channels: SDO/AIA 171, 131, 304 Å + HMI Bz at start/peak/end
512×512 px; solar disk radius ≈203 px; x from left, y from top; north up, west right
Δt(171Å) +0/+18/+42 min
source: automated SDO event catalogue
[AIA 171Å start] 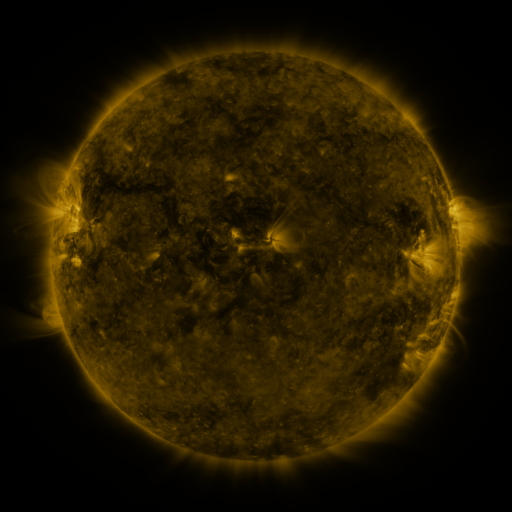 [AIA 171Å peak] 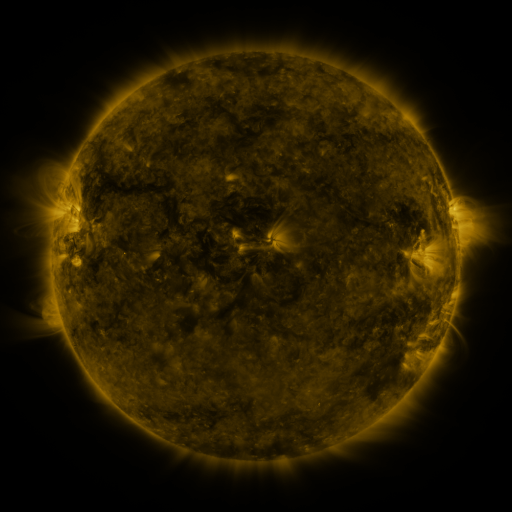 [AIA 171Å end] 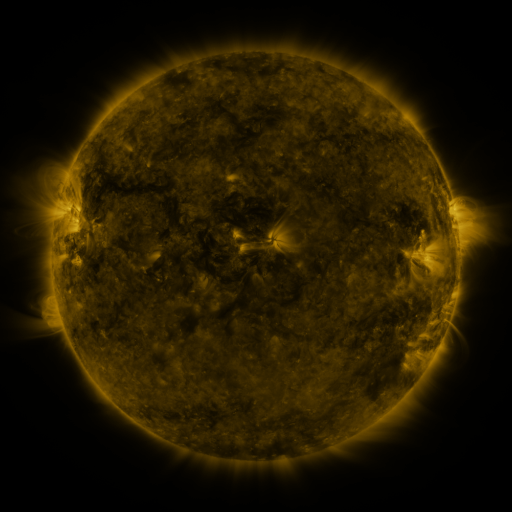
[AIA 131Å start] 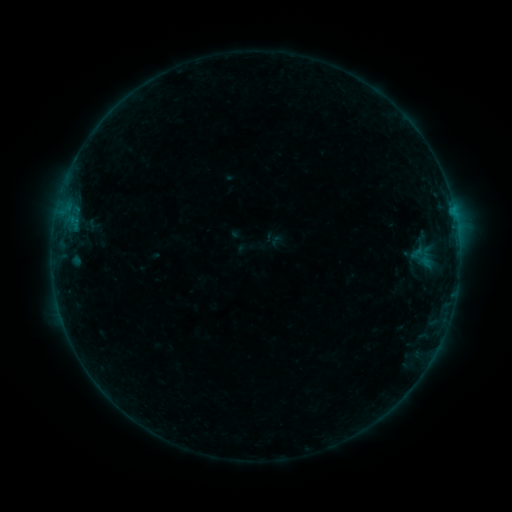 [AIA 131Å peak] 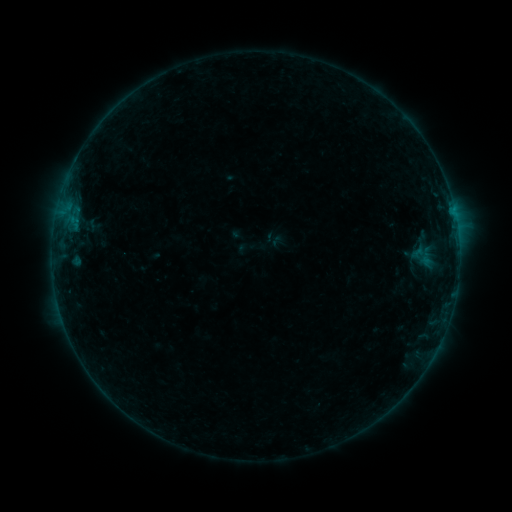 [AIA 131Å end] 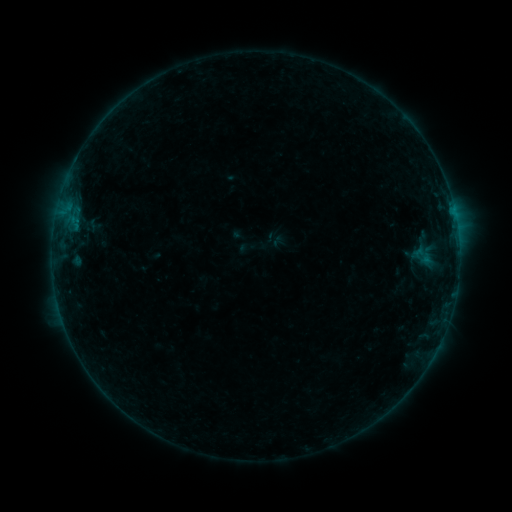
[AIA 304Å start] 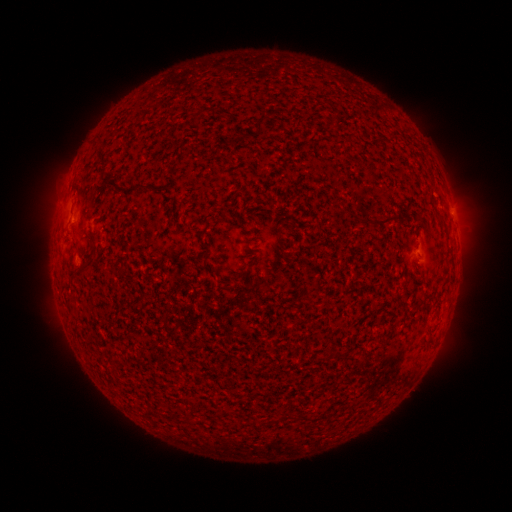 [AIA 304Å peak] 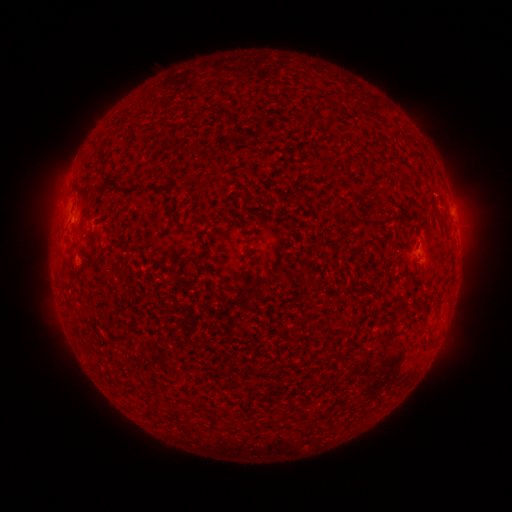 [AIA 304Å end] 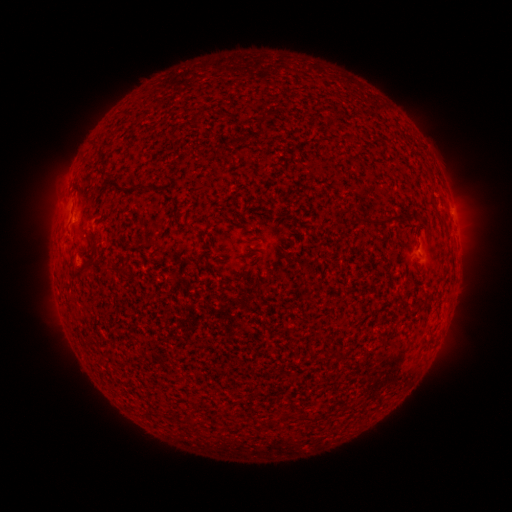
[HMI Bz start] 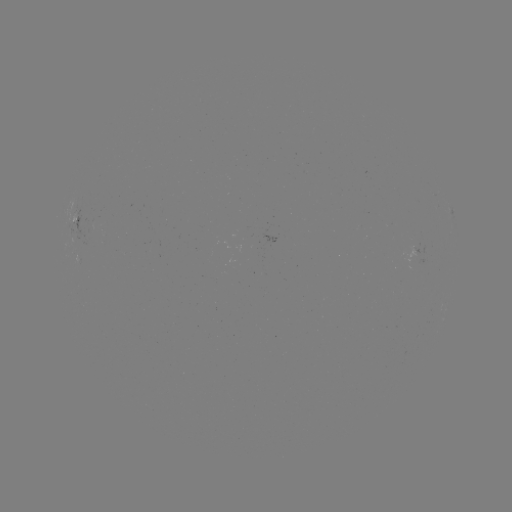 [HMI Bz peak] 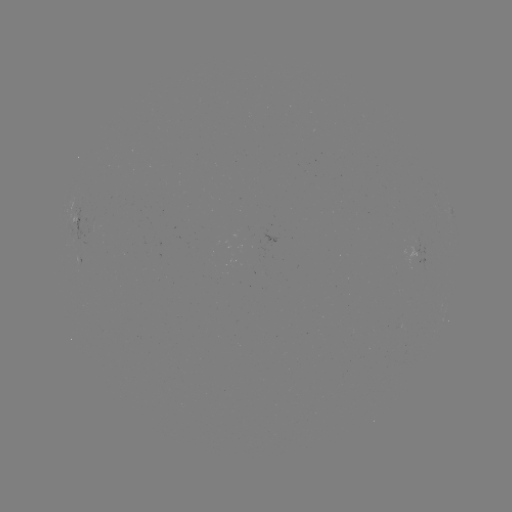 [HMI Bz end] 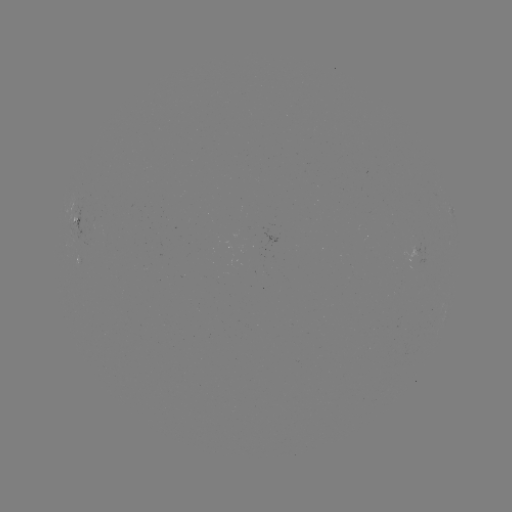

no catalogued flare and no flagged EUV brightening in this window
